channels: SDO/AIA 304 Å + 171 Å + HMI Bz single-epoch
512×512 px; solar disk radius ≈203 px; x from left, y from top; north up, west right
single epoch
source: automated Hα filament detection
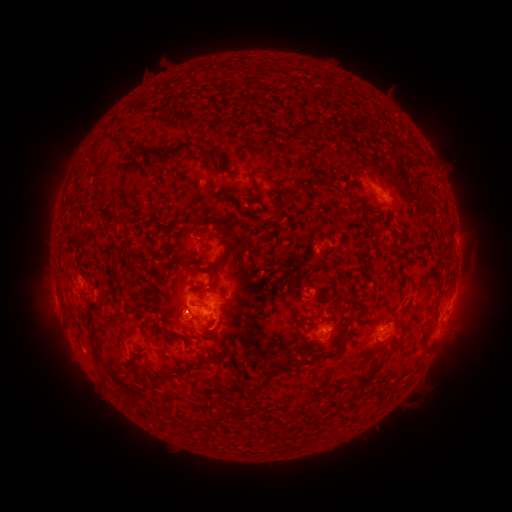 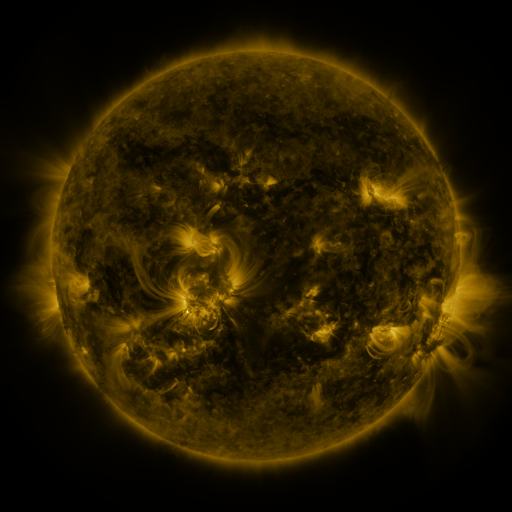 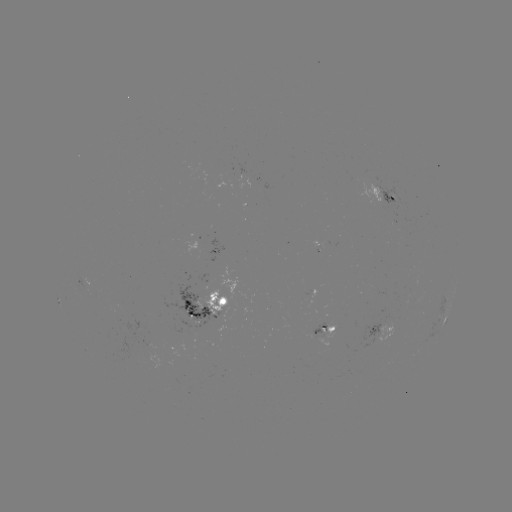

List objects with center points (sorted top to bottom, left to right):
filament: [214, 84, 227, 93]
filament: [279, 118, 331, 135]
filament: [353, 118, 393, 140]
filament: [107, 136, 122, 149]
filament: [154, 142, 195, 167]
filament: [130, 146, 139, 156]
filament: [200, 149, 262, 191]
filament: [387, 154, 414, 192]
filament: [423, 155, 431, 167]
filament: [272, 182, 305, 217]
filament: [72, 231, 85, 250]
filament: [222, 239, 240, 249]
filament: [376, 240, 390, 249]
filament: [209, 262, 219, 278]
filament: [190, 297, 210, 310]
filament: [188, 310, 202, 319]
filament: [87, 317, 102, 369]
filament: [206, 319, 217, 329]
filament: [422, 326, 432, 353]
filament: [337, 336, 348, 355]
filament: [133, 349, 147, 362]
filament: [356, 358, 386, 385]
filament: [280, 359, 294, 369]
filament: [262, 370, 275, 384]
